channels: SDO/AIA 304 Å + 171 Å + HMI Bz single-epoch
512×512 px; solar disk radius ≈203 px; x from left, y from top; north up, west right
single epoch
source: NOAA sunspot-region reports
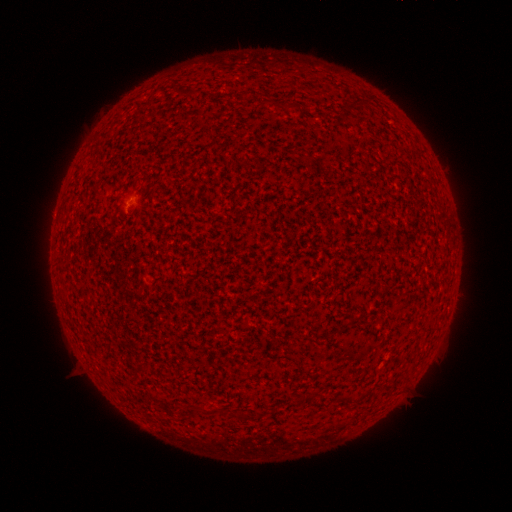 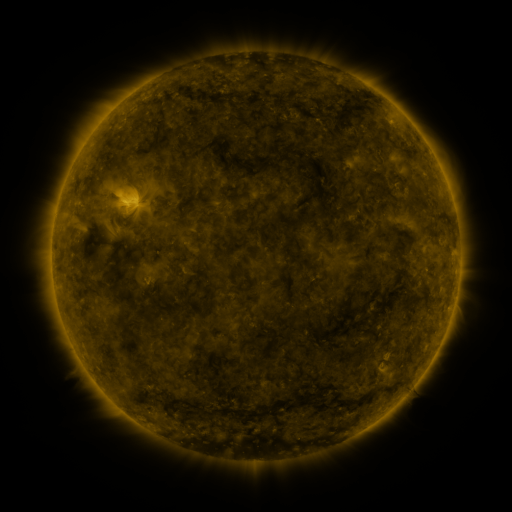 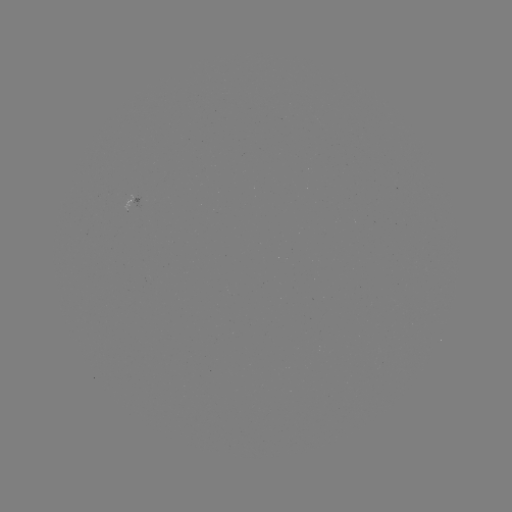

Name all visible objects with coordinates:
spotted active region: (138, 197)
